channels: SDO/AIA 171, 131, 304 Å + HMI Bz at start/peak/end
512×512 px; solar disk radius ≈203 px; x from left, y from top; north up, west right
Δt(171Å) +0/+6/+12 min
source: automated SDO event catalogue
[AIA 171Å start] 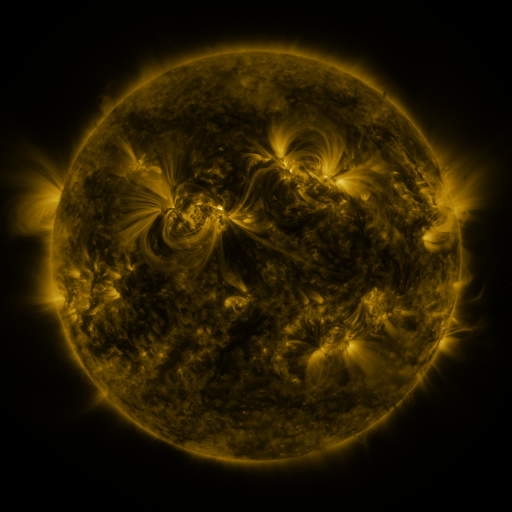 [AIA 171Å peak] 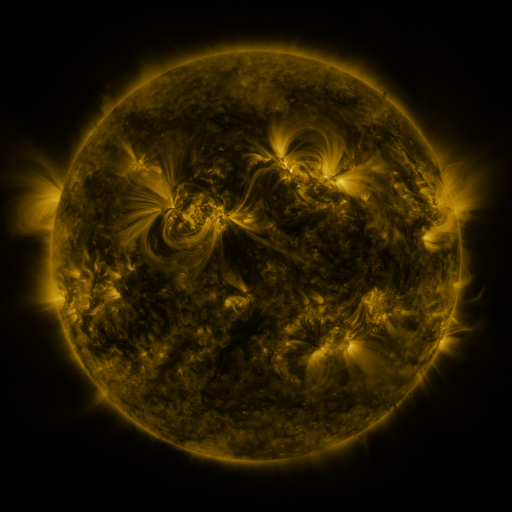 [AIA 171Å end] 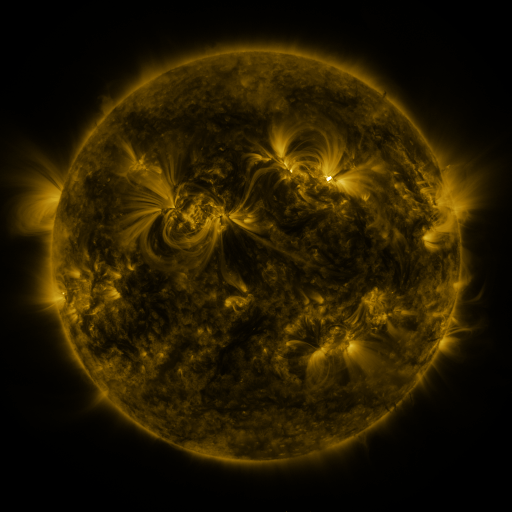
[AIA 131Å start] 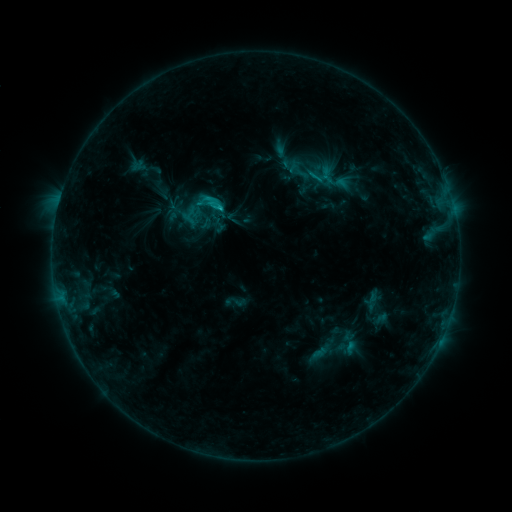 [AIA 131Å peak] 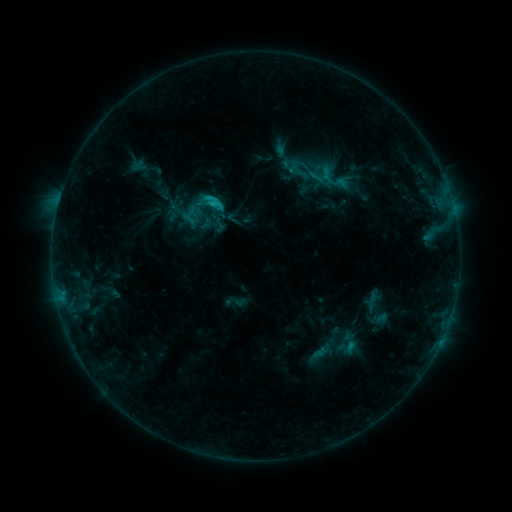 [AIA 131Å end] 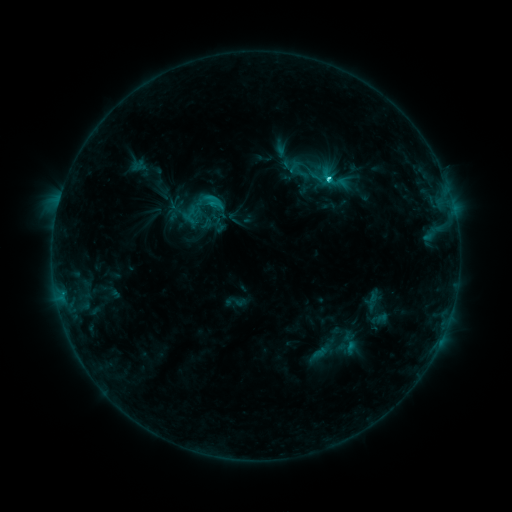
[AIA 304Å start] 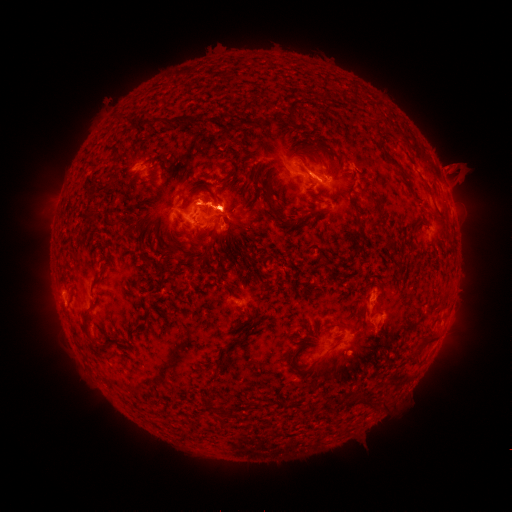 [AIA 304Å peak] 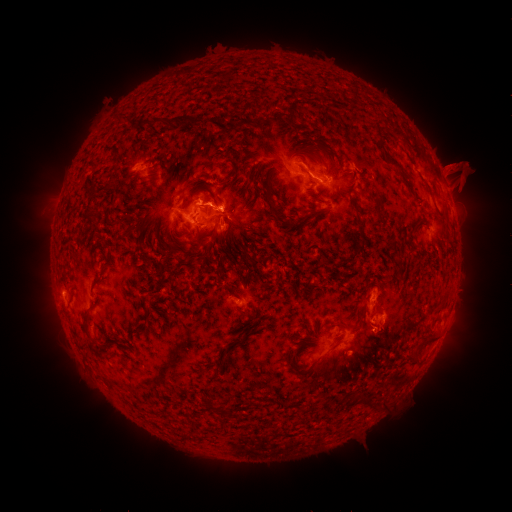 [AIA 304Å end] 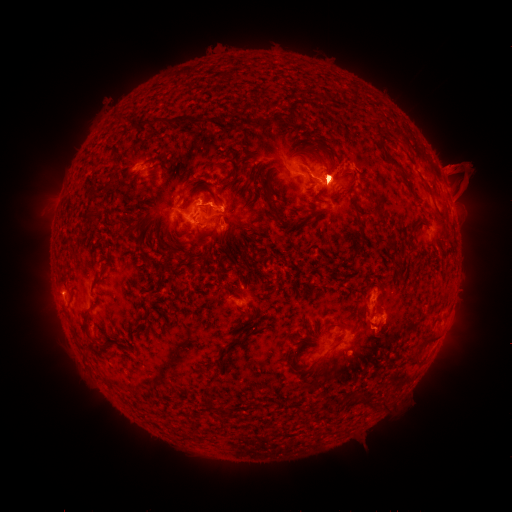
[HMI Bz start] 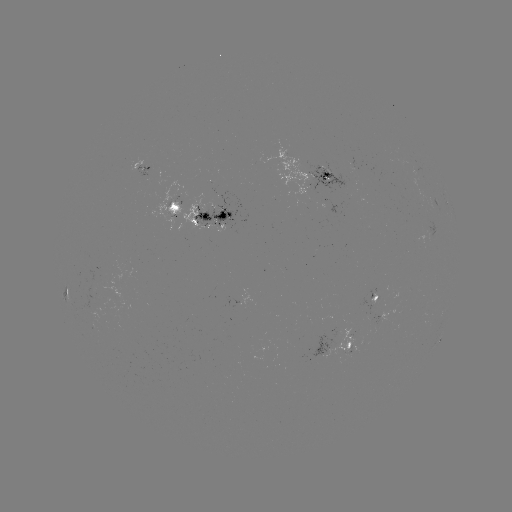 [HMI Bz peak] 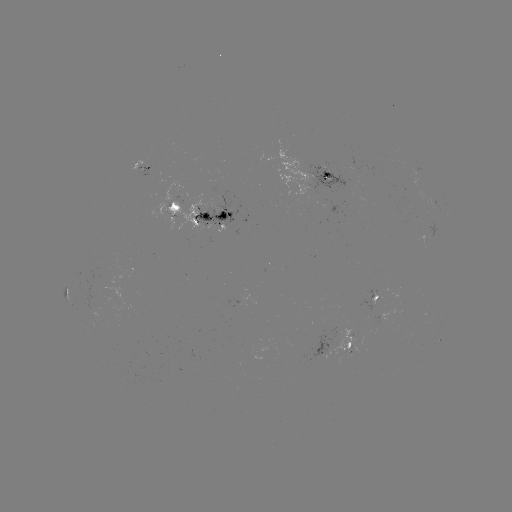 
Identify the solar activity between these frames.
eruption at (388, 327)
